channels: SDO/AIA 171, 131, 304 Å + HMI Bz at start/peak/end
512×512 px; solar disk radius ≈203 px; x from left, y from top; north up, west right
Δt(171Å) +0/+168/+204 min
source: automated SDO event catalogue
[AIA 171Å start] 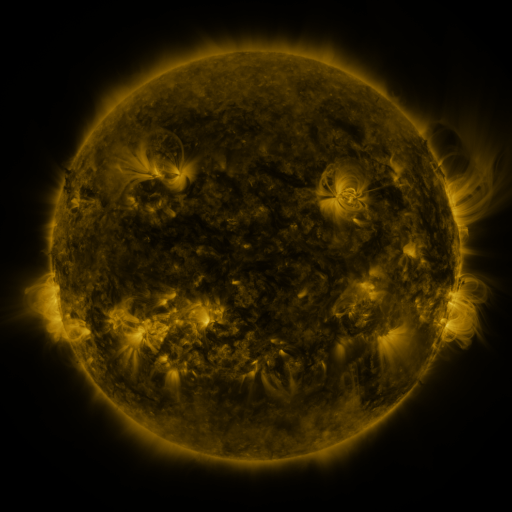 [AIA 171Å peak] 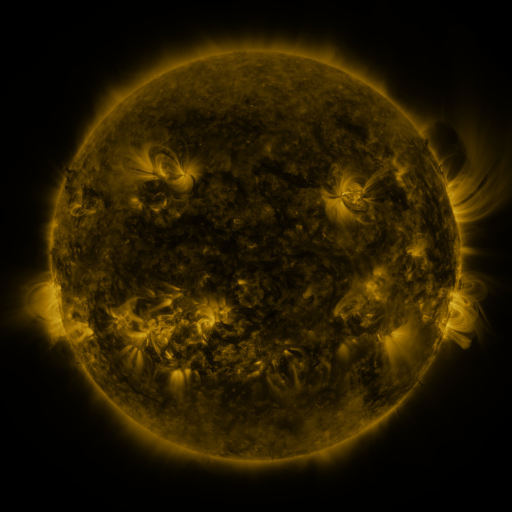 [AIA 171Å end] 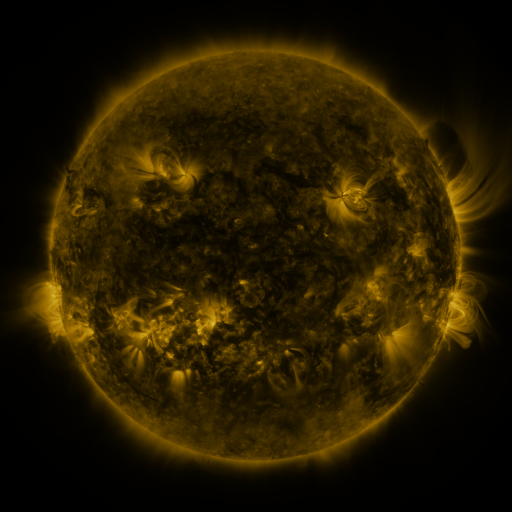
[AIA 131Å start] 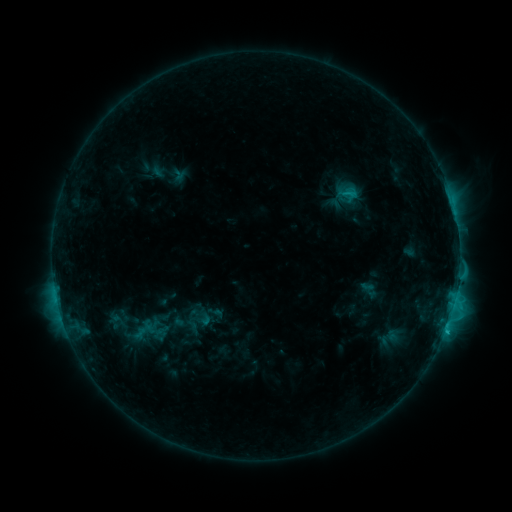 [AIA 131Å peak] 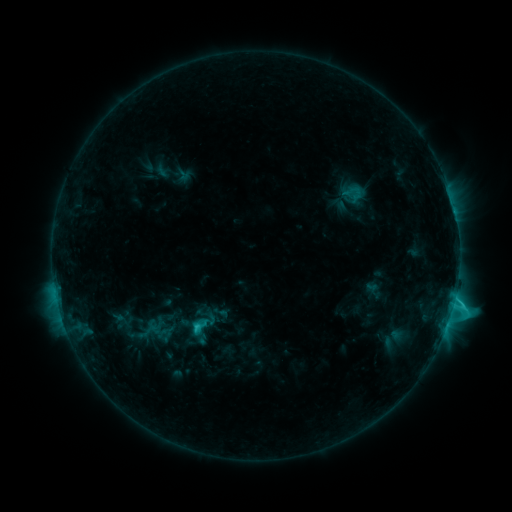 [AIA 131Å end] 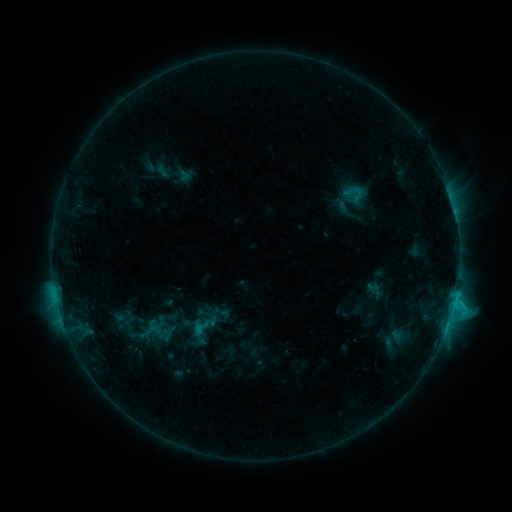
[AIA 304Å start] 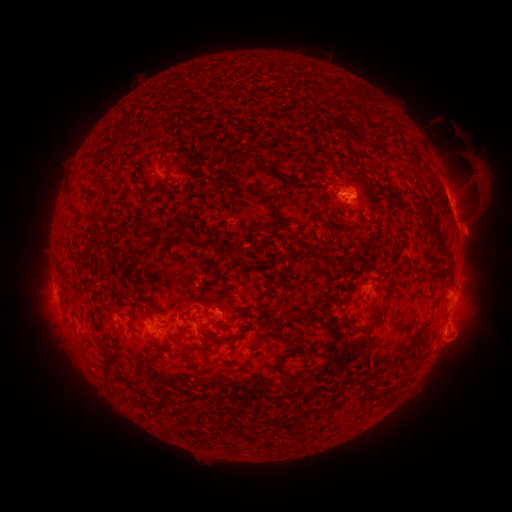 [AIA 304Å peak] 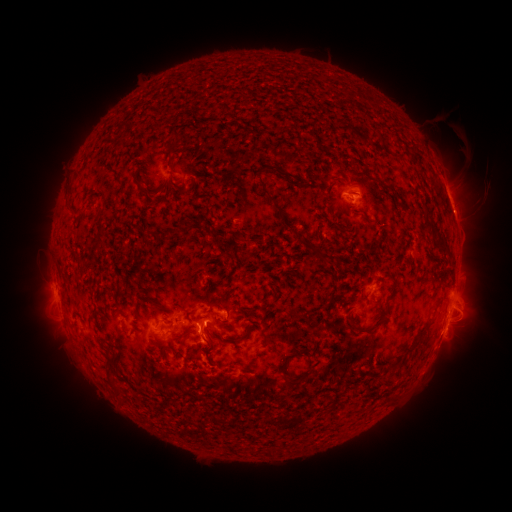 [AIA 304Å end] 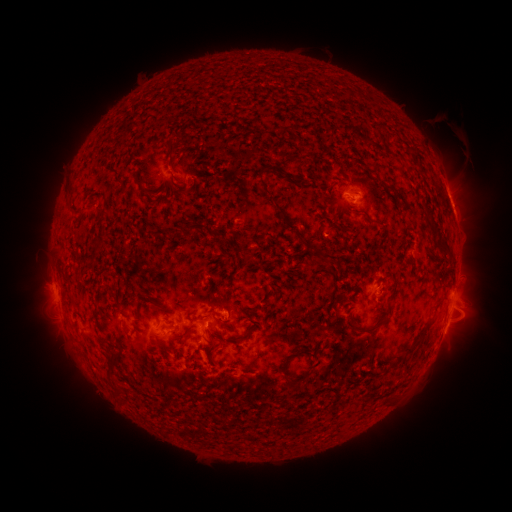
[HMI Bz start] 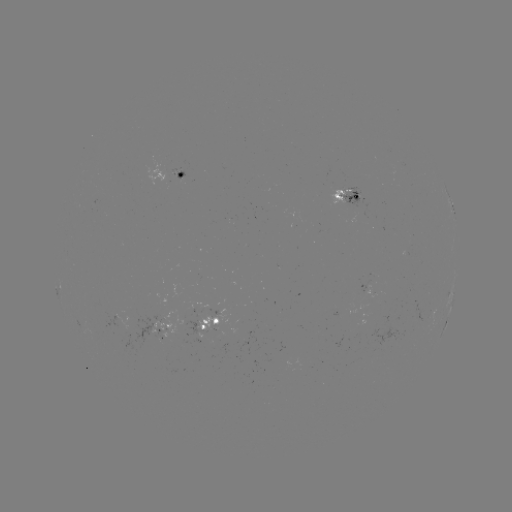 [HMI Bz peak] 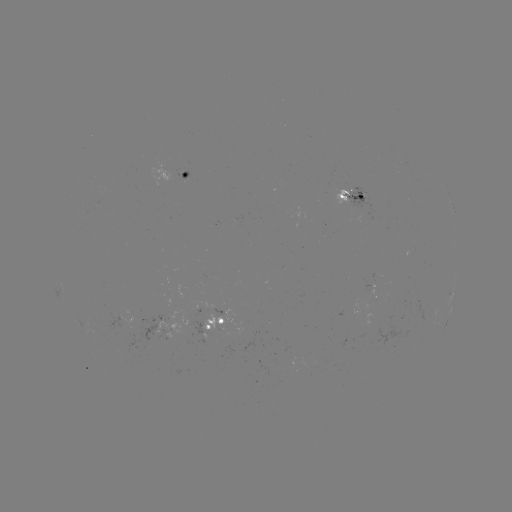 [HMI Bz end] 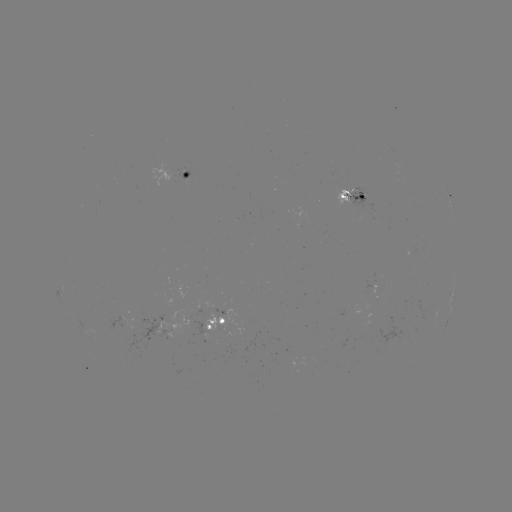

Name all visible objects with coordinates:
emerging-flux region: (355, 193)
